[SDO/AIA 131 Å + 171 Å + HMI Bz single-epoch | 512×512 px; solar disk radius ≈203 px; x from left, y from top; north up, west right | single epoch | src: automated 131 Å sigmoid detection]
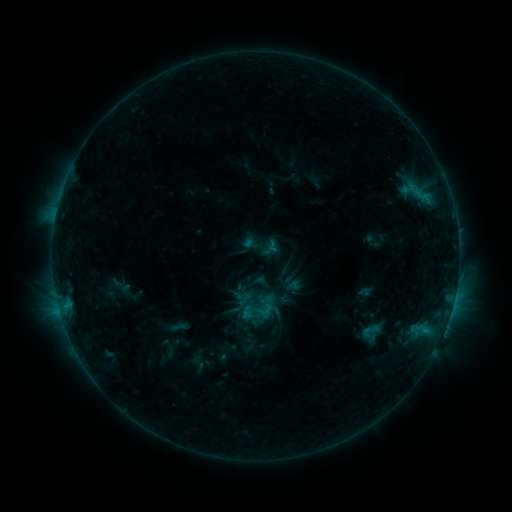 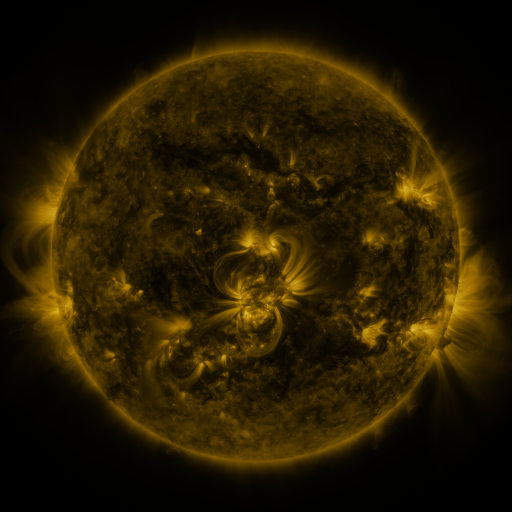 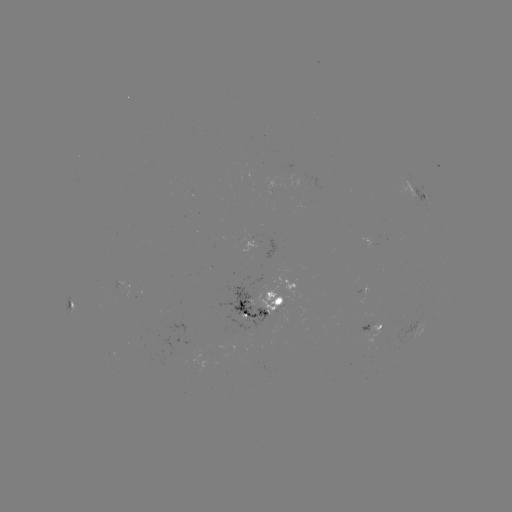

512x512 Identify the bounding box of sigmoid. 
[256, 276, 277, 296].